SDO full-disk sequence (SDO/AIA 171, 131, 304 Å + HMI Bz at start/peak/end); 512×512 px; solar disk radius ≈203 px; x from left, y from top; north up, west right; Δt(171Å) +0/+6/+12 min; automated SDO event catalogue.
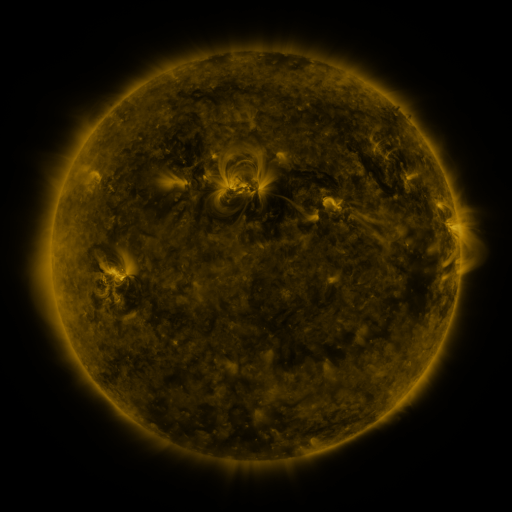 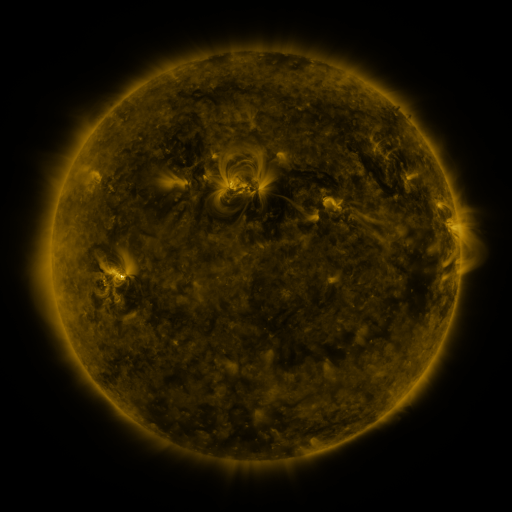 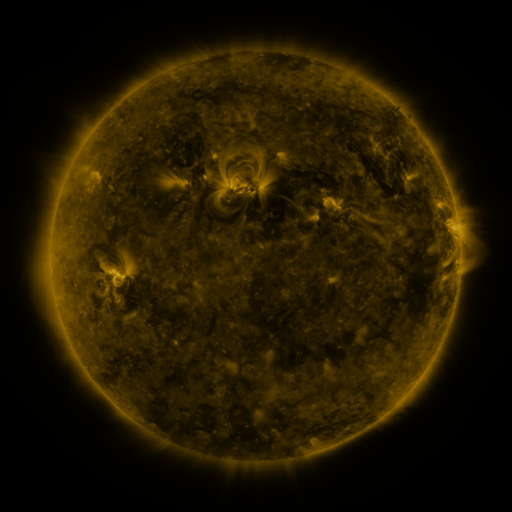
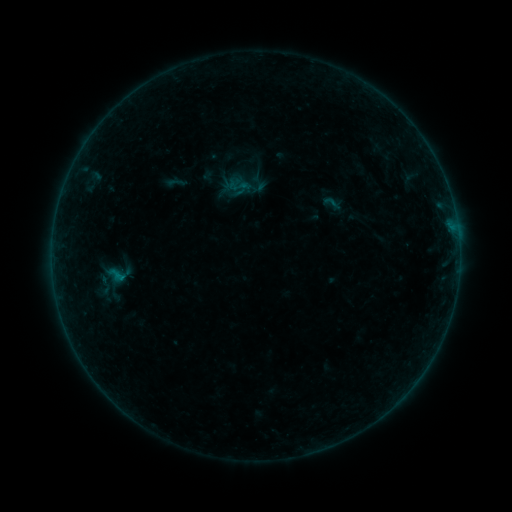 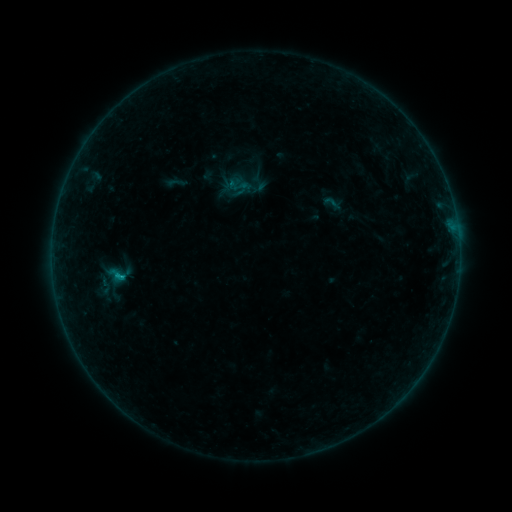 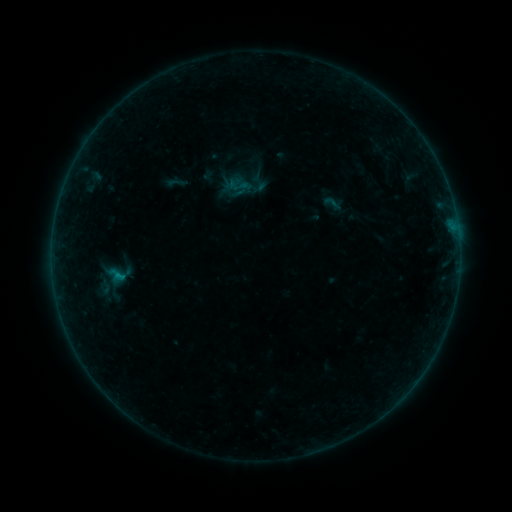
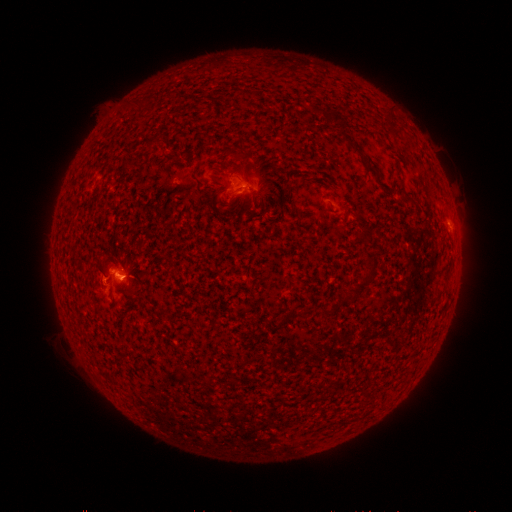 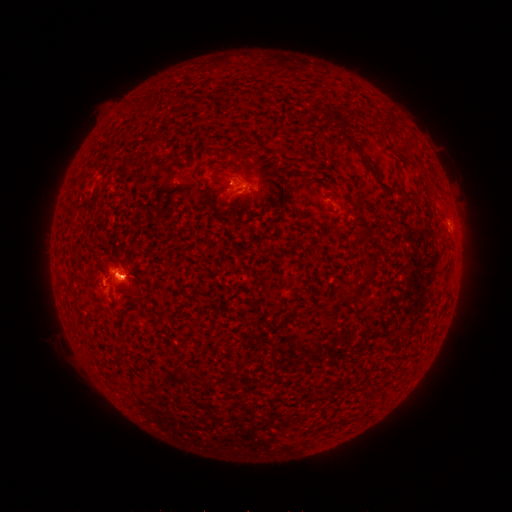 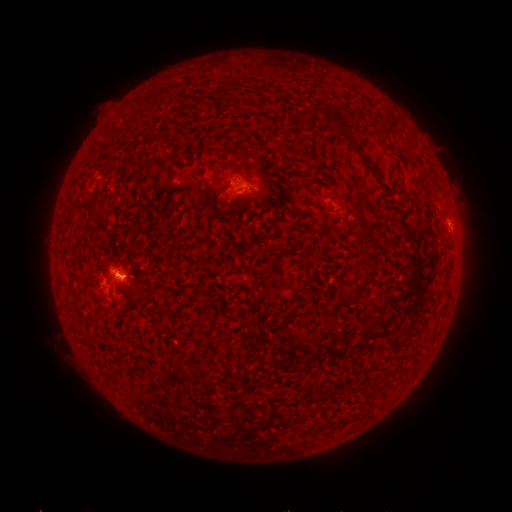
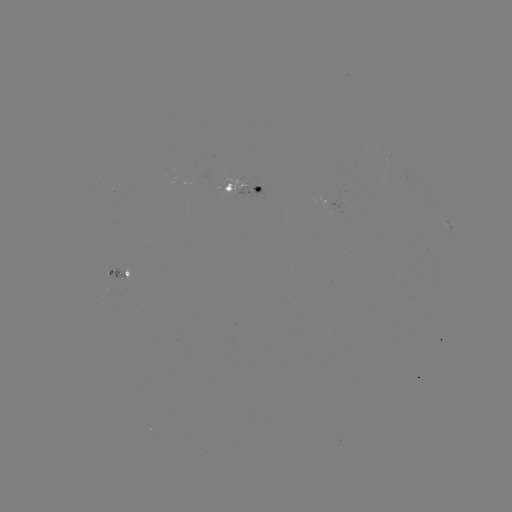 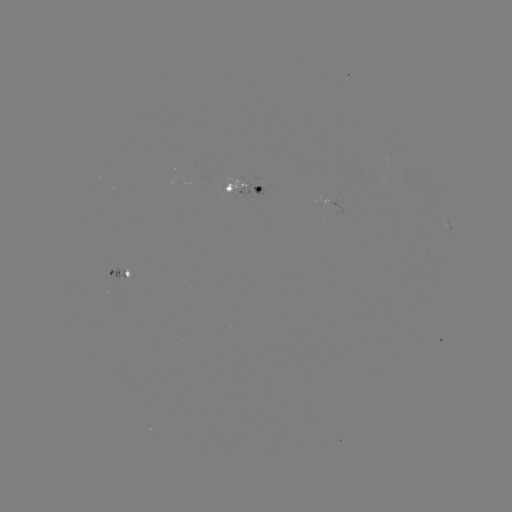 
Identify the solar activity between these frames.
B3.2 flare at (119, 274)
